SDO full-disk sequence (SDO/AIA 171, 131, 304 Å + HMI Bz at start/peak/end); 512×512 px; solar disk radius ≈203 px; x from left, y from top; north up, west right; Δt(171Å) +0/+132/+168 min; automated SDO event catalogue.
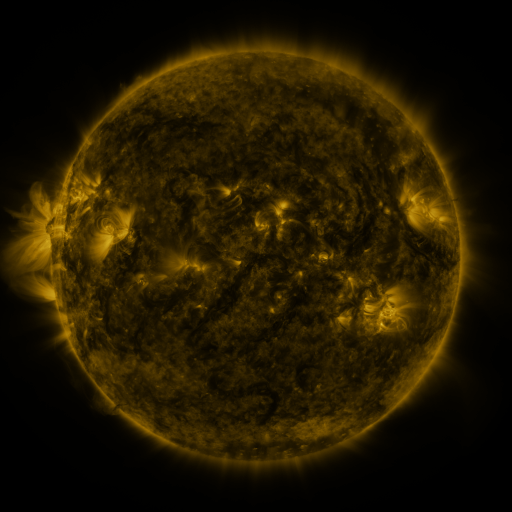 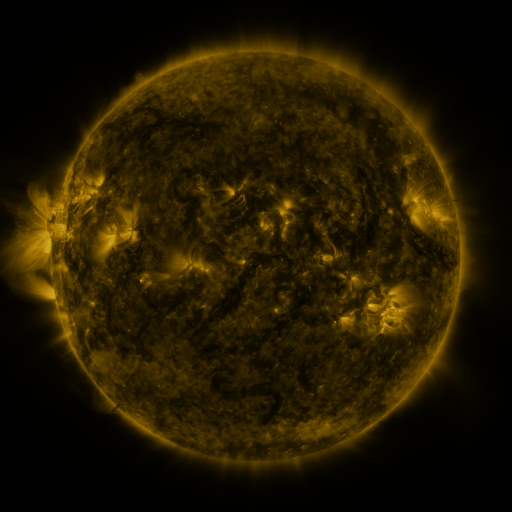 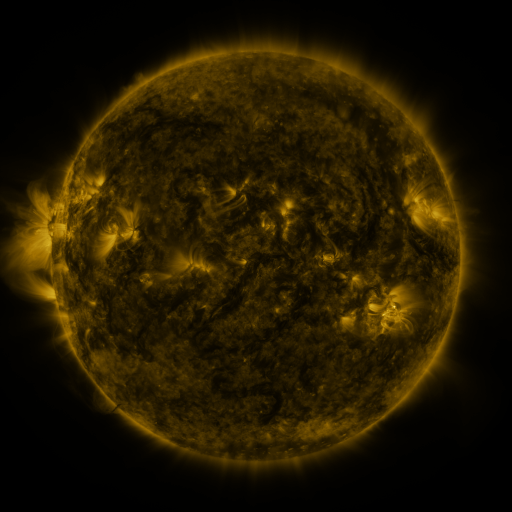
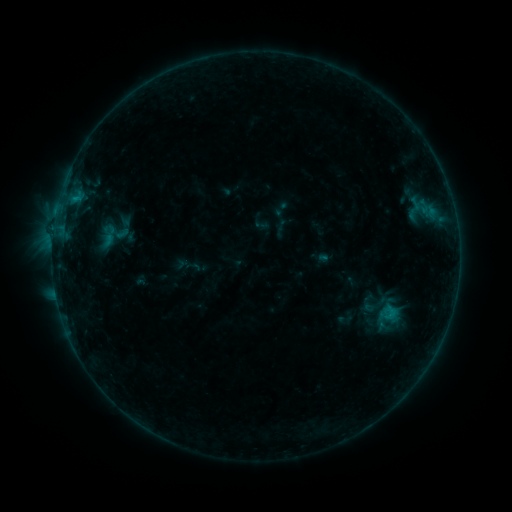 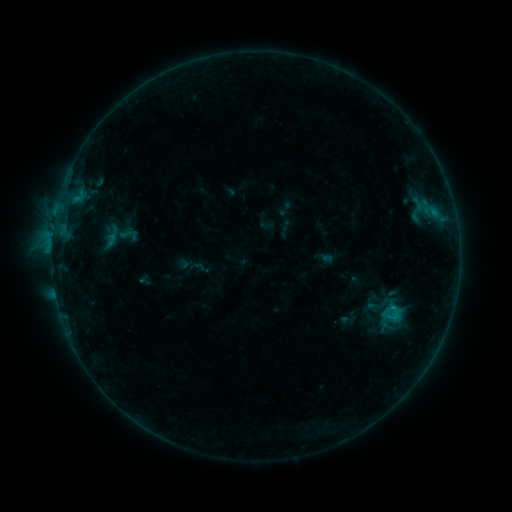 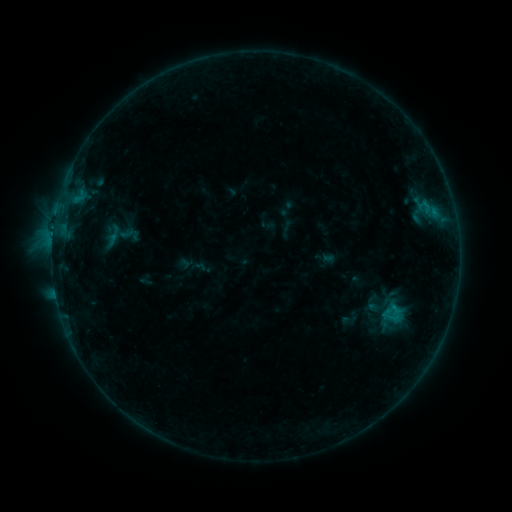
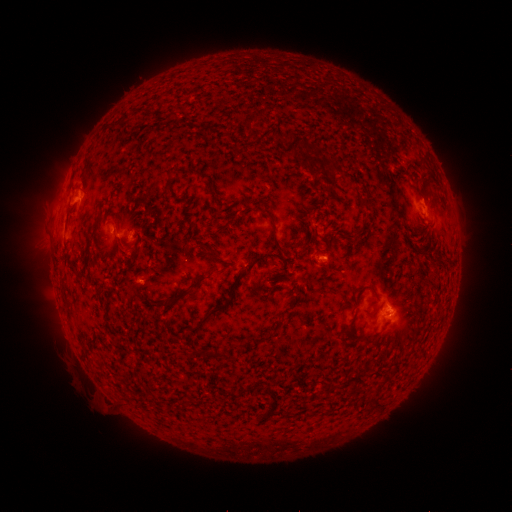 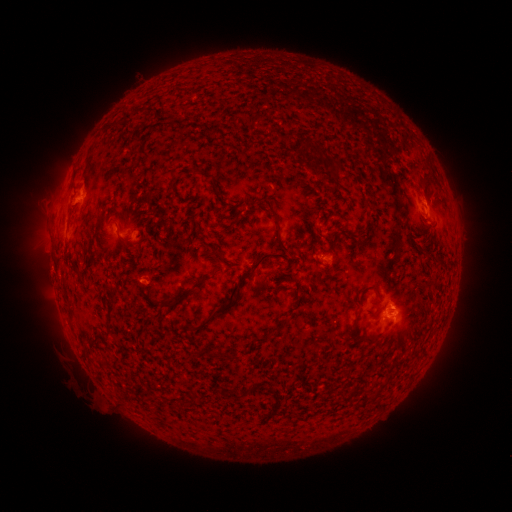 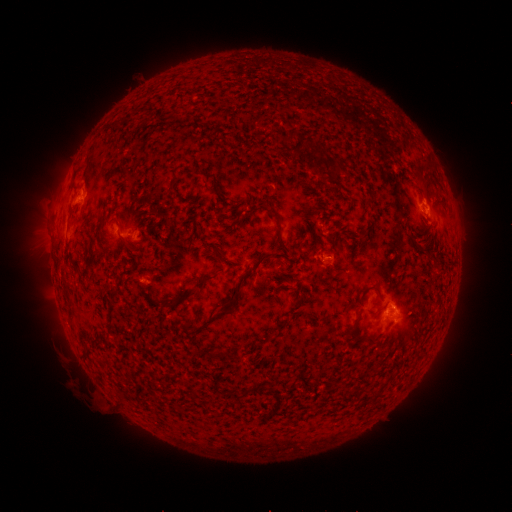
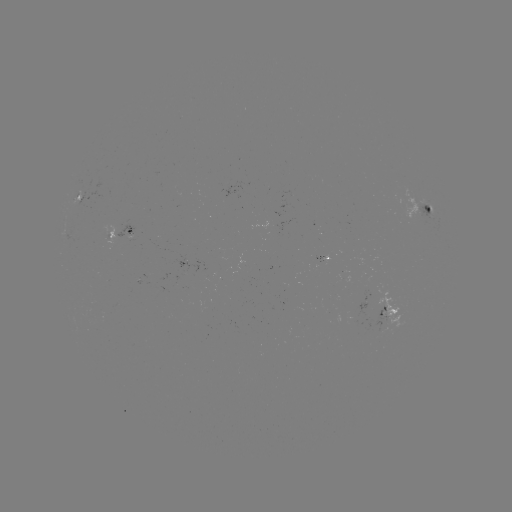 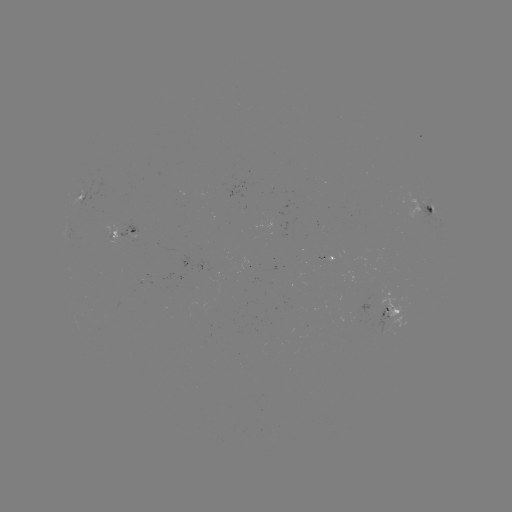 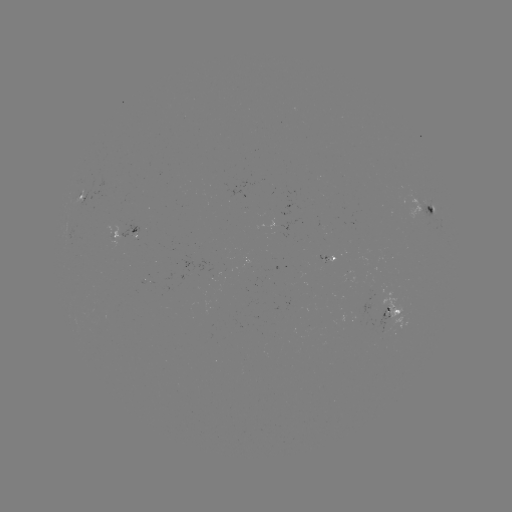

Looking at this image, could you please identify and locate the emerging-flux region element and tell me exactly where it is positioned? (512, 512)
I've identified emerging-flux region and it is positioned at (247, 265).